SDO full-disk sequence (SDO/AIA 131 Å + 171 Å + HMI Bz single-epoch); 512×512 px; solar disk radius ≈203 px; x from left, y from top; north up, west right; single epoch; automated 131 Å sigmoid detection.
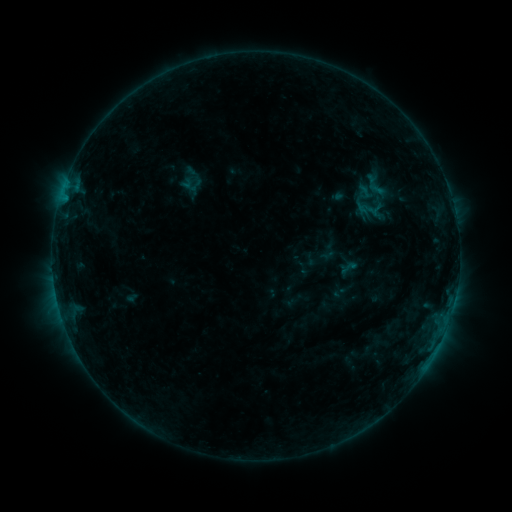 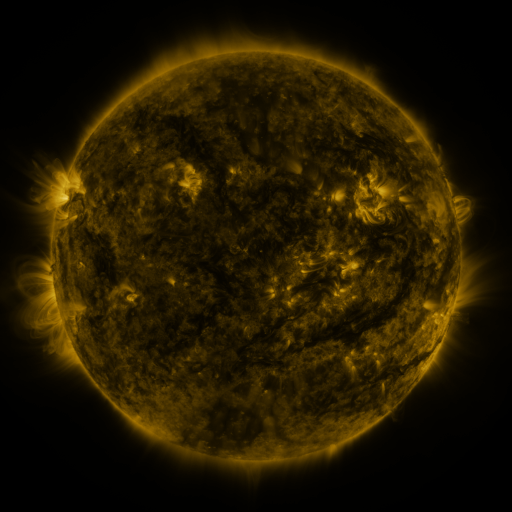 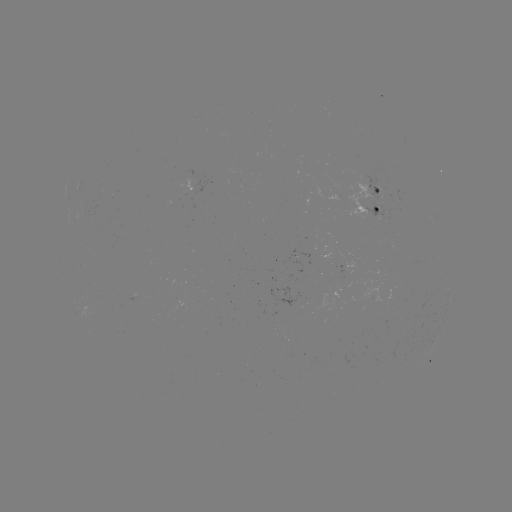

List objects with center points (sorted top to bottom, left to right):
sigmoid: (349, 267)
